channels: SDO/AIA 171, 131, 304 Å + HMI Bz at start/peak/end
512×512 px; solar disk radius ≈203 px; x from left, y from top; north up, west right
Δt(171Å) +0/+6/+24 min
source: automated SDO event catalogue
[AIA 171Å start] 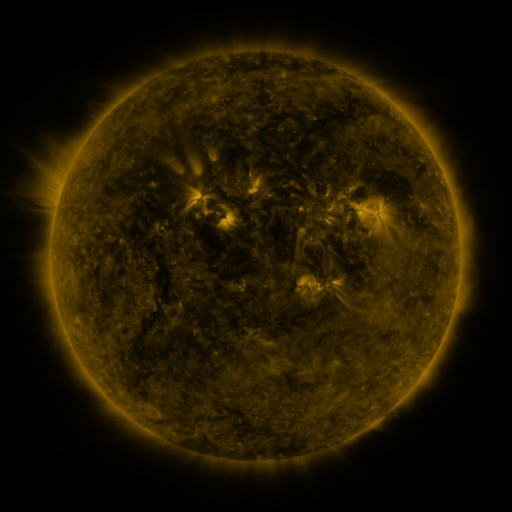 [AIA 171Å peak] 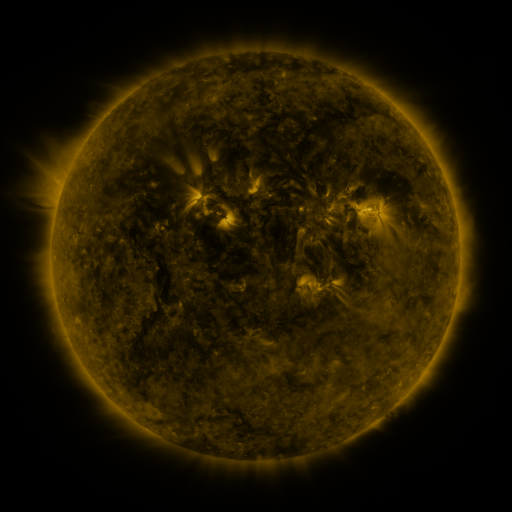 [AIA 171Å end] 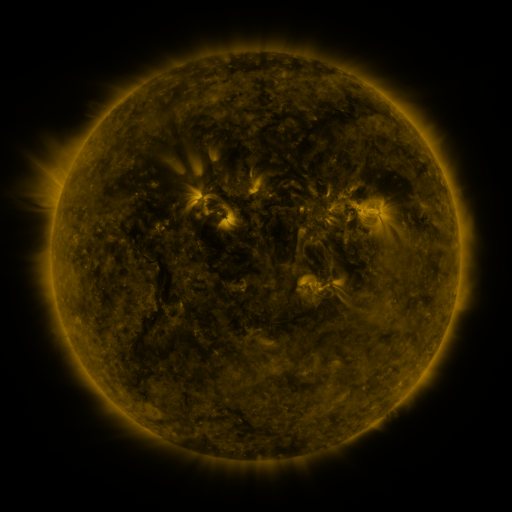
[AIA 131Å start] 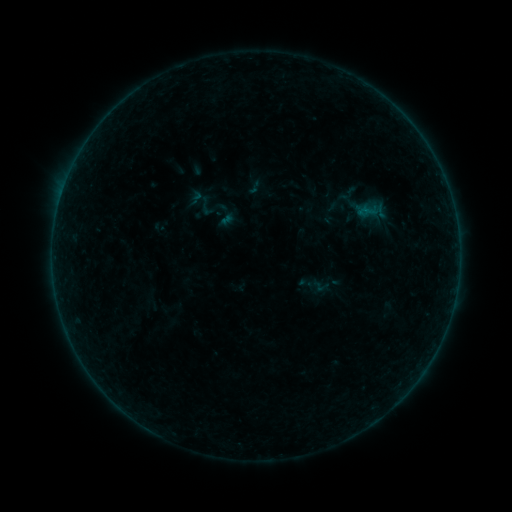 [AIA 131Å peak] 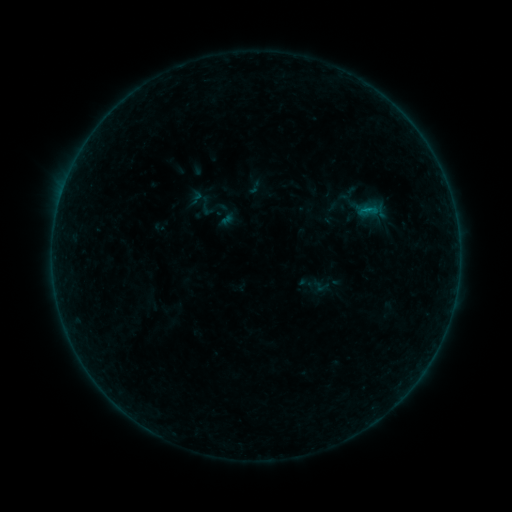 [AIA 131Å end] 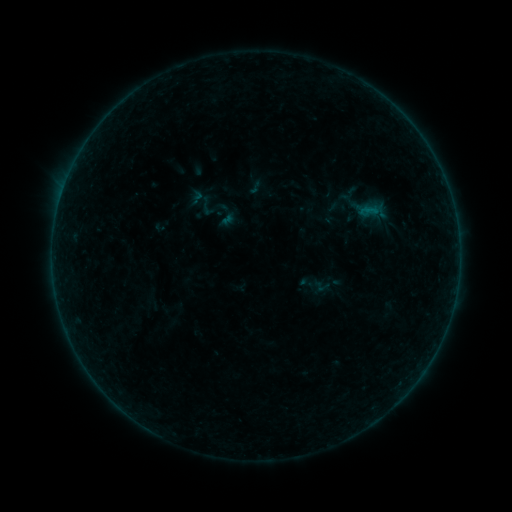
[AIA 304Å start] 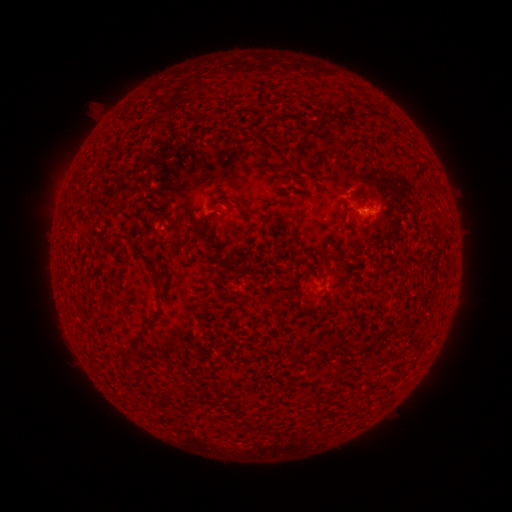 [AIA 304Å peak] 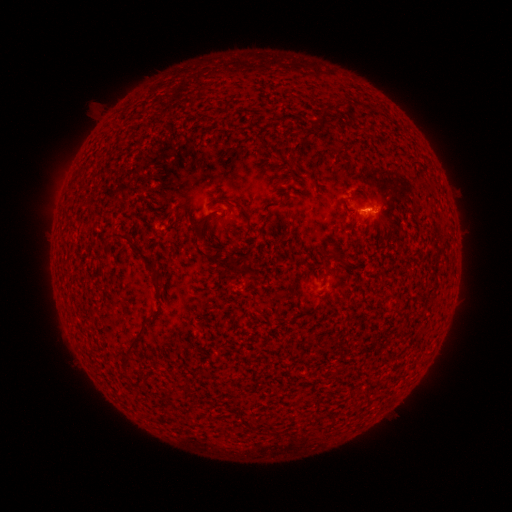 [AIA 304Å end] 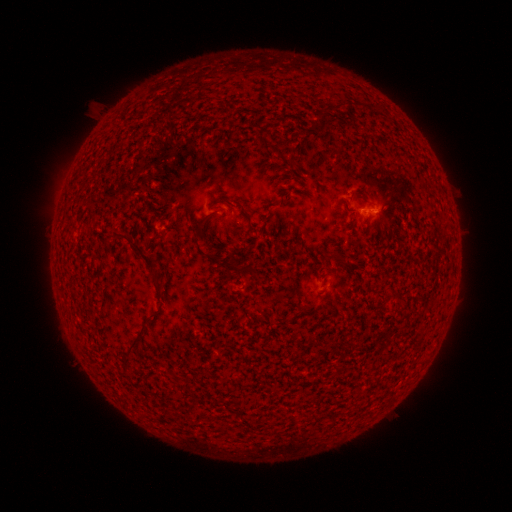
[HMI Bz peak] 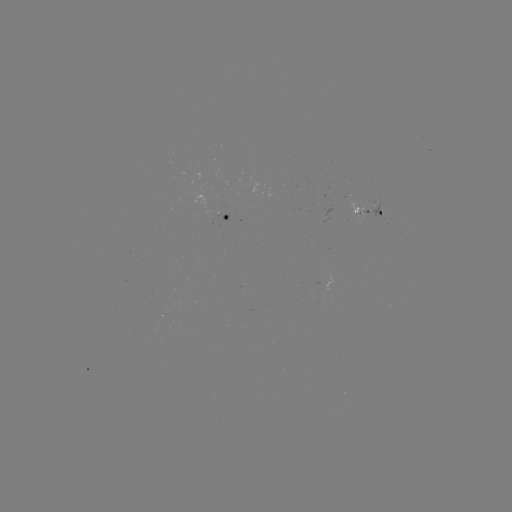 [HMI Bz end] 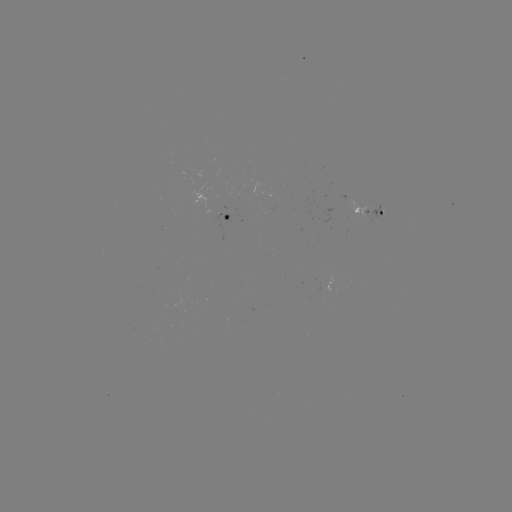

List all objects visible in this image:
B1.4 flare: (363, 210)
